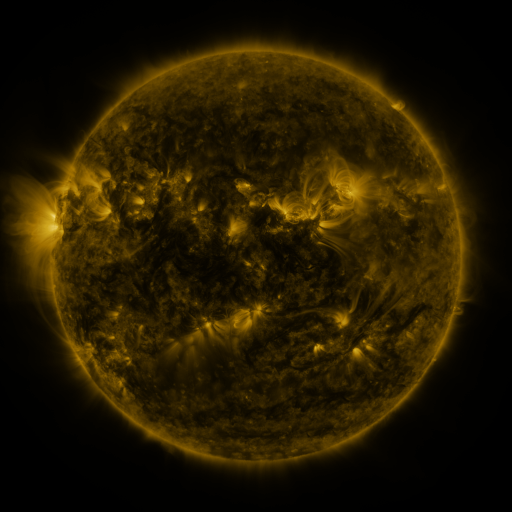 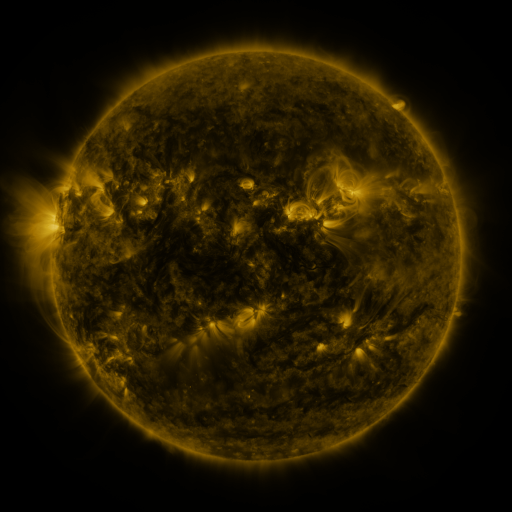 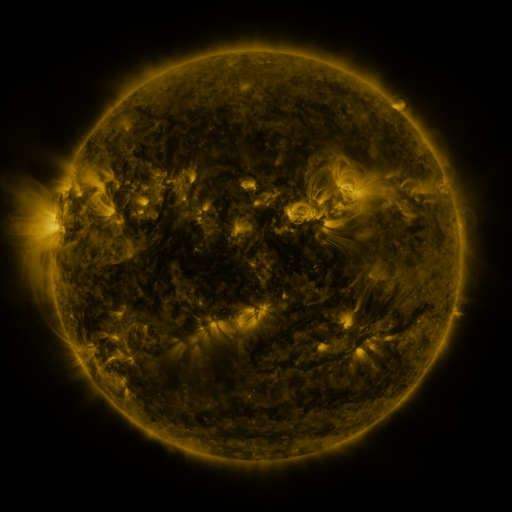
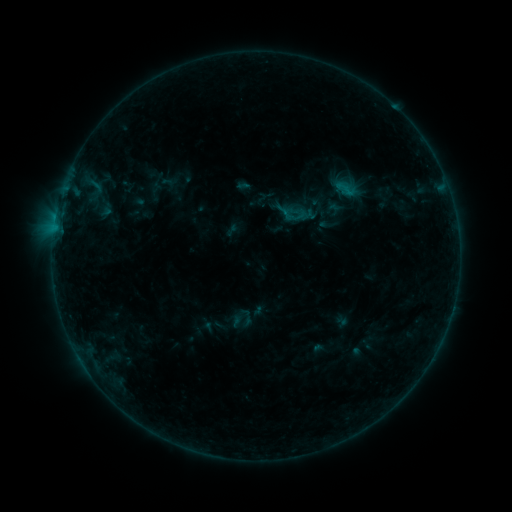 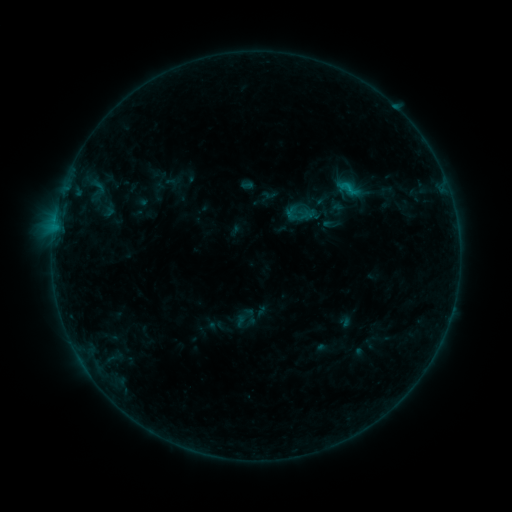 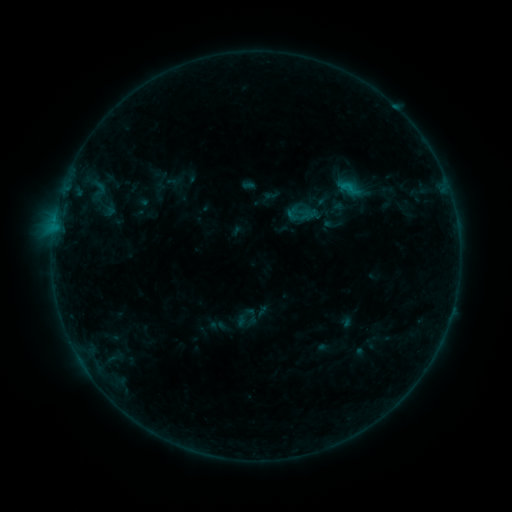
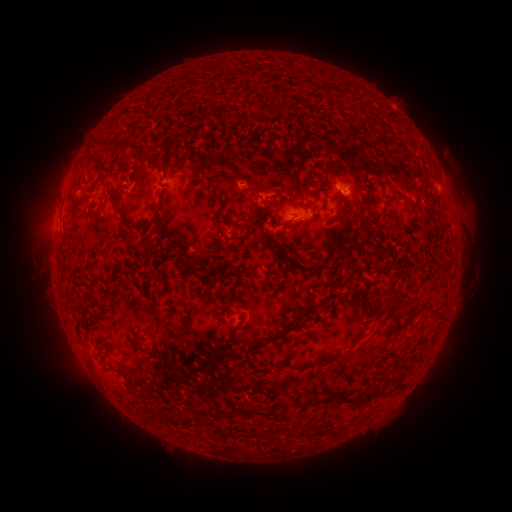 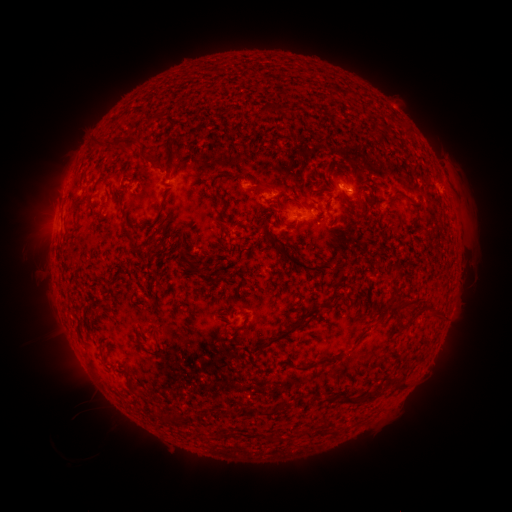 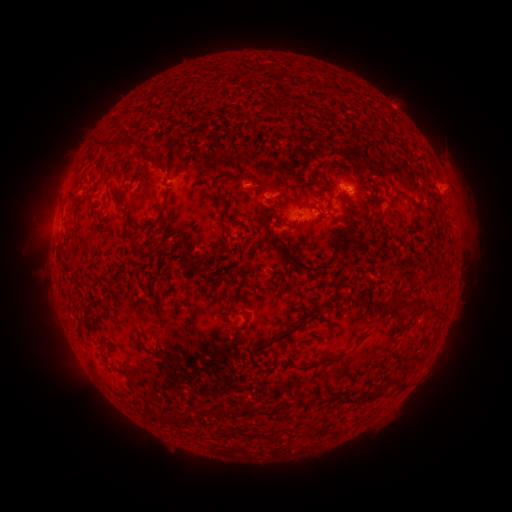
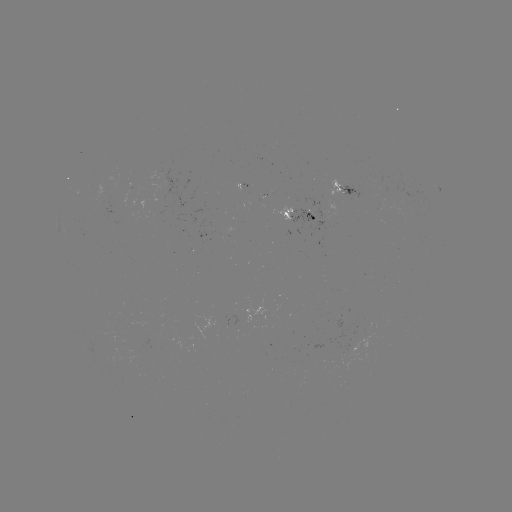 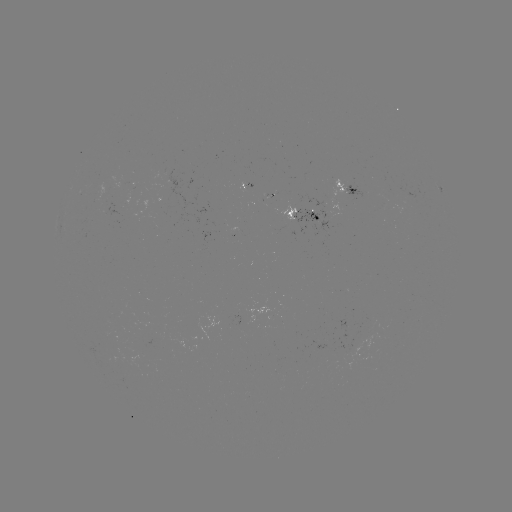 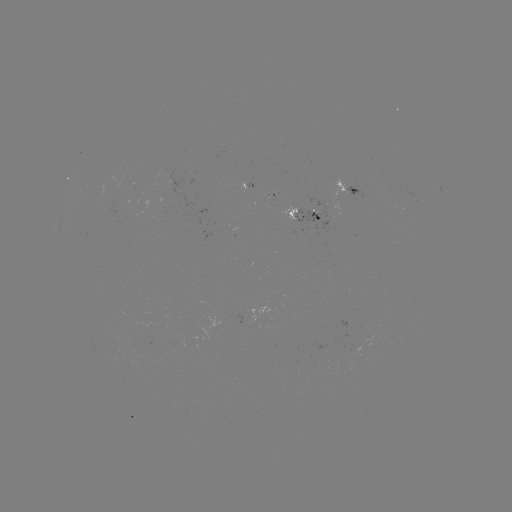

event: emerging-flux region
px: (295, 207)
